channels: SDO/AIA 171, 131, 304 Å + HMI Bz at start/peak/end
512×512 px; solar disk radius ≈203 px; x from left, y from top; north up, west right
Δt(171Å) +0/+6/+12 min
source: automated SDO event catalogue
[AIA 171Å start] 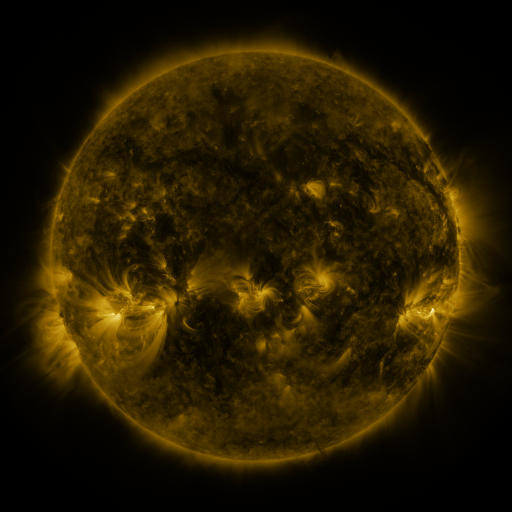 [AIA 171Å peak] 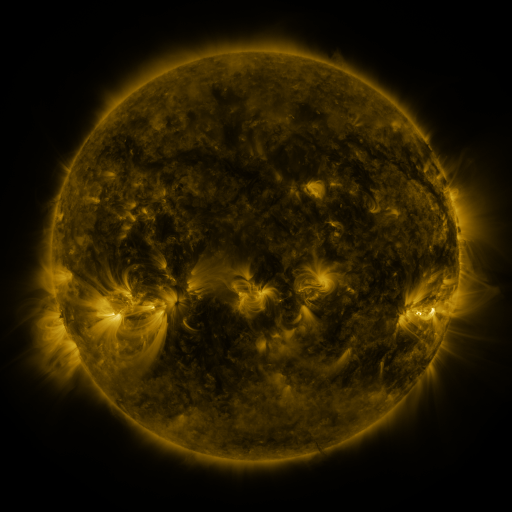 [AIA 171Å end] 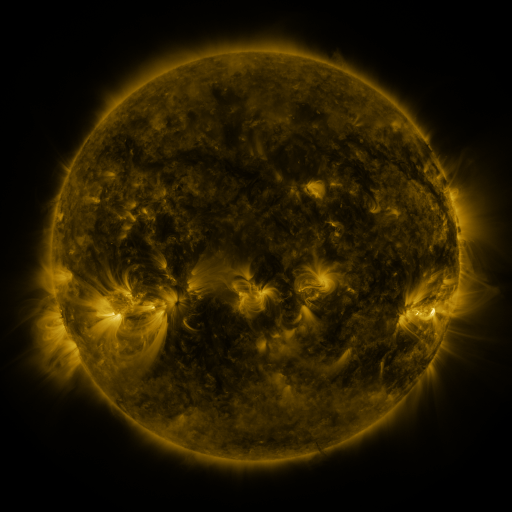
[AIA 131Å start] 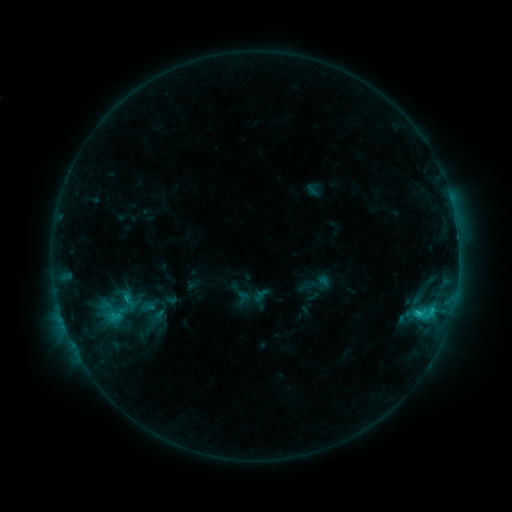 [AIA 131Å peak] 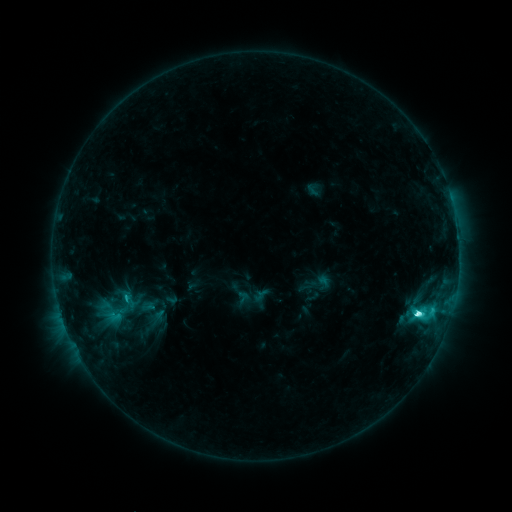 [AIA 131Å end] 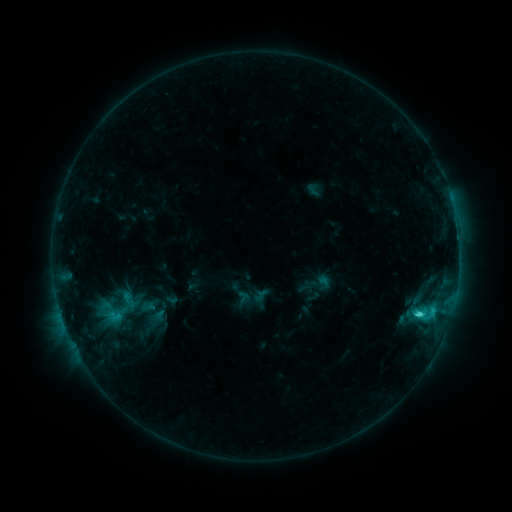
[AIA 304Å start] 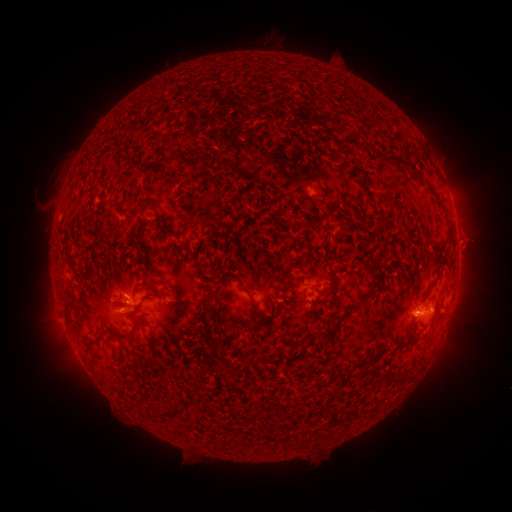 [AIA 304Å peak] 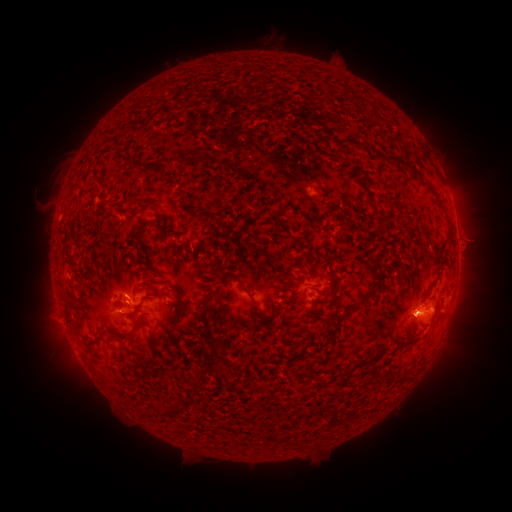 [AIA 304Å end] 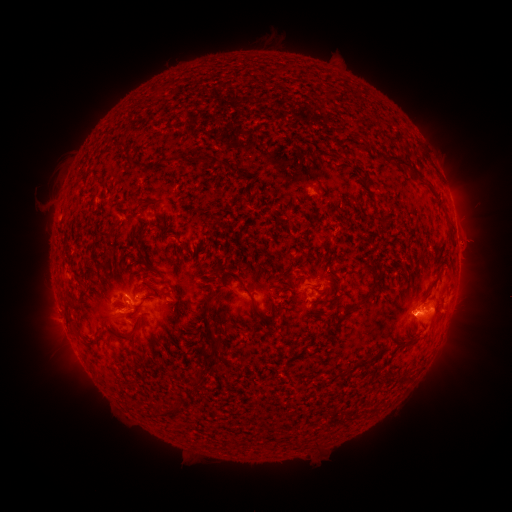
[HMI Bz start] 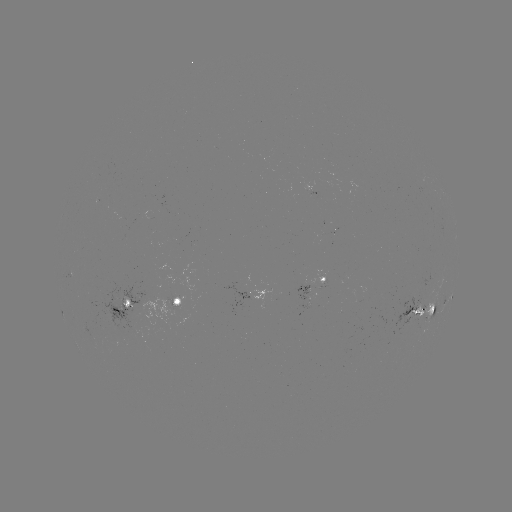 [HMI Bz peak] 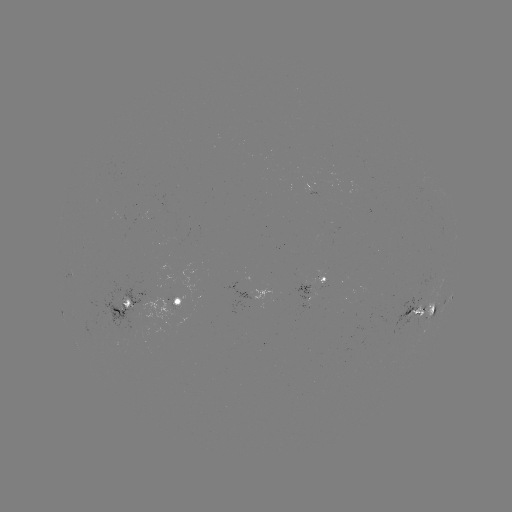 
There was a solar flare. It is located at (418, 287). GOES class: C6.1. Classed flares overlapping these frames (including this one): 1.